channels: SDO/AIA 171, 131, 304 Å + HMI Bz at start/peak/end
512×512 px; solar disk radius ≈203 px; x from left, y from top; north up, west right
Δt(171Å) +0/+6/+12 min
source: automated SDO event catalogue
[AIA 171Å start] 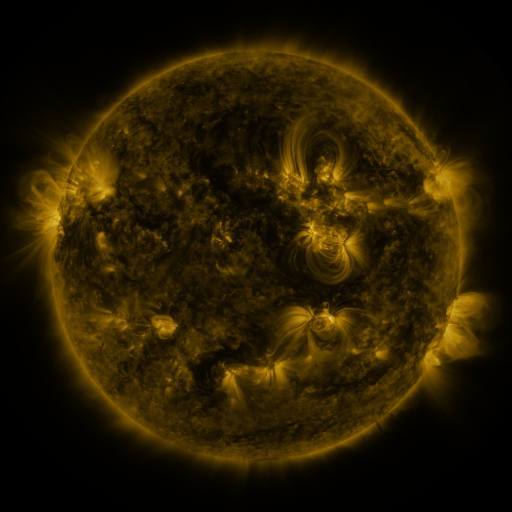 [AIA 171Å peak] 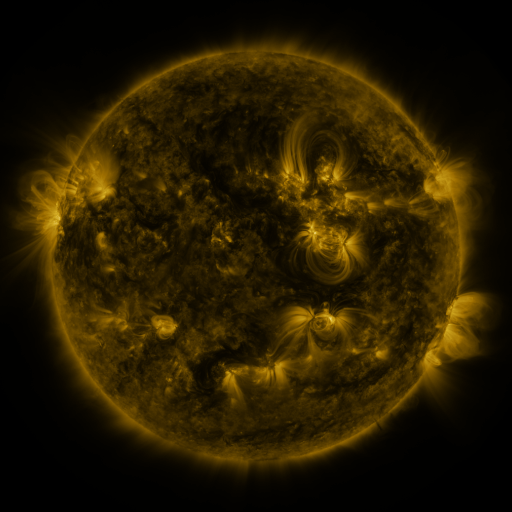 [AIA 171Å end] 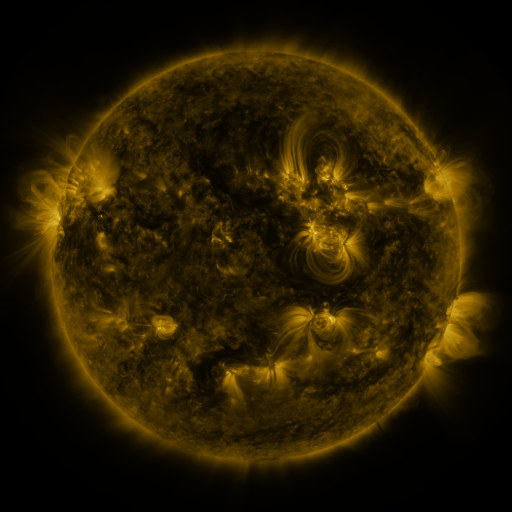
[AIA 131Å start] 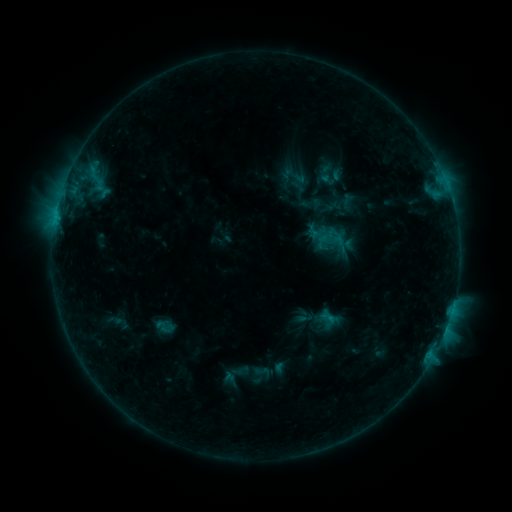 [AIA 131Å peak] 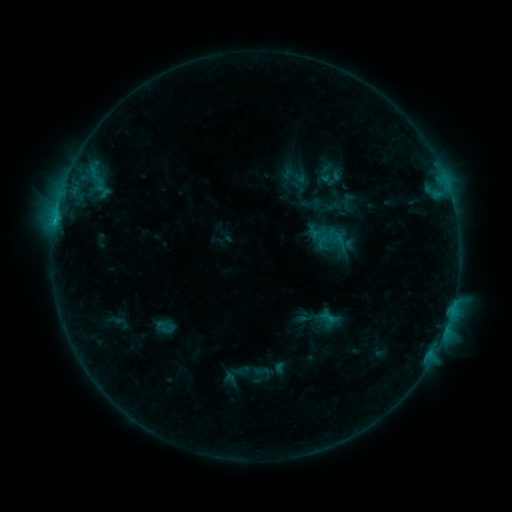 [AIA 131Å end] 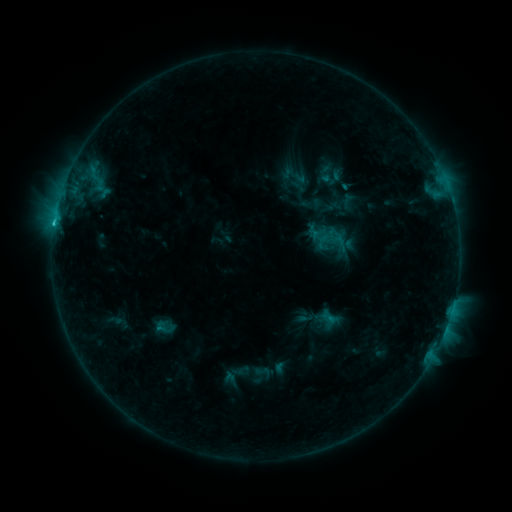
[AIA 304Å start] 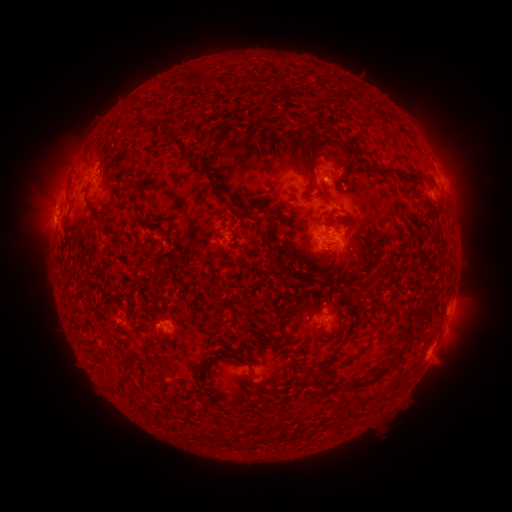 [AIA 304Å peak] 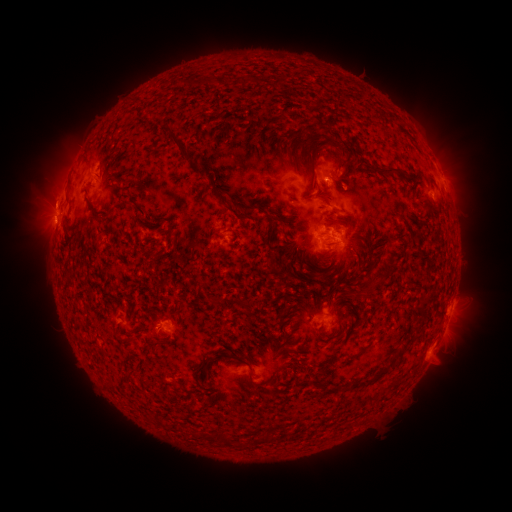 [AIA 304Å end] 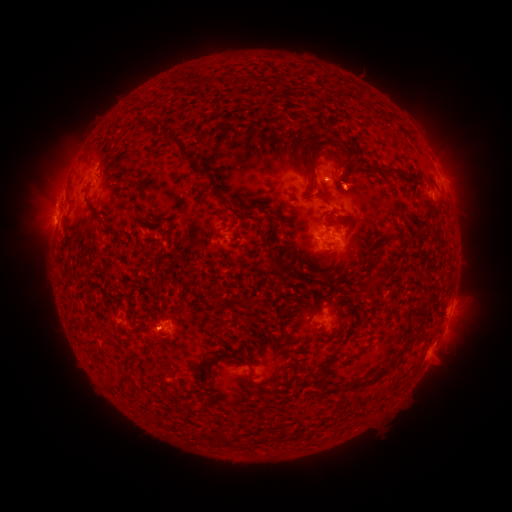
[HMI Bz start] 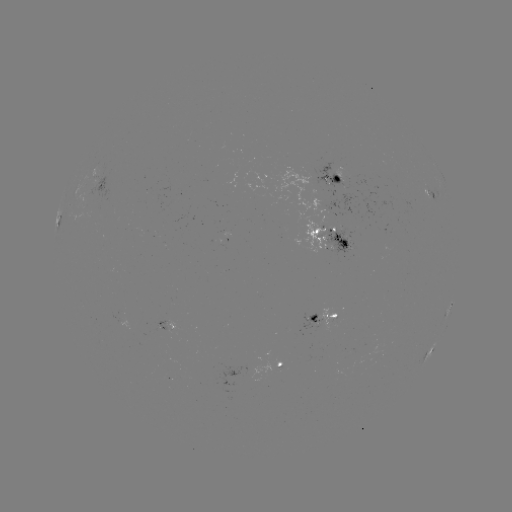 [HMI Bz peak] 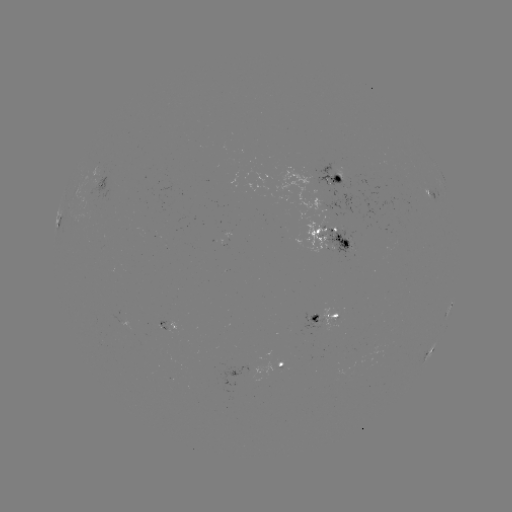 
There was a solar flare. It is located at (55, 224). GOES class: C1.9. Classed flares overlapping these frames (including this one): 1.